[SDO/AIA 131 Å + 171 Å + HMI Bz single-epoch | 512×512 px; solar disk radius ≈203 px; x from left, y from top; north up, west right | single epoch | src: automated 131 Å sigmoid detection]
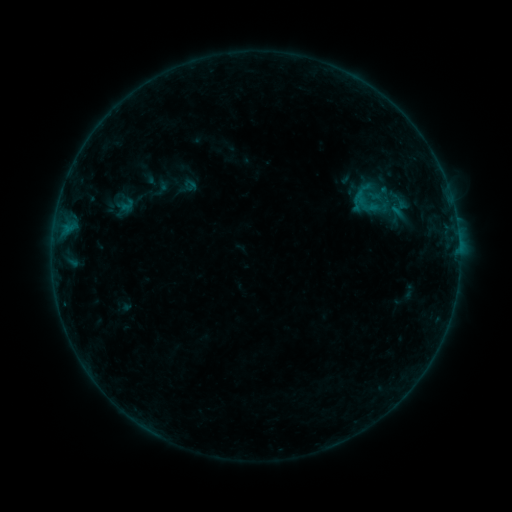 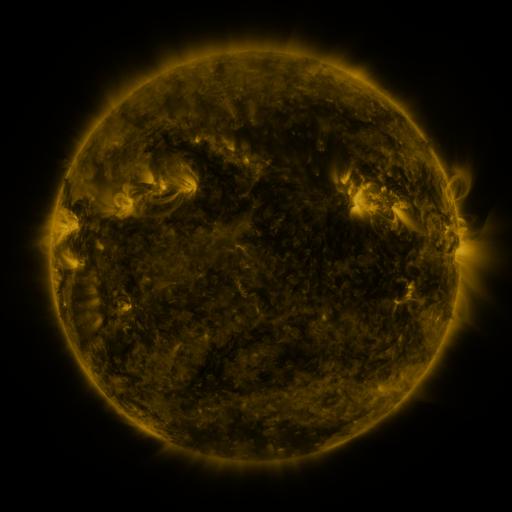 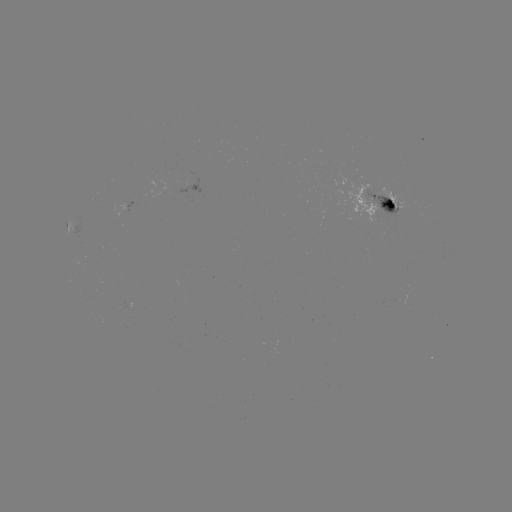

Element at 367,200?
sigmoid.